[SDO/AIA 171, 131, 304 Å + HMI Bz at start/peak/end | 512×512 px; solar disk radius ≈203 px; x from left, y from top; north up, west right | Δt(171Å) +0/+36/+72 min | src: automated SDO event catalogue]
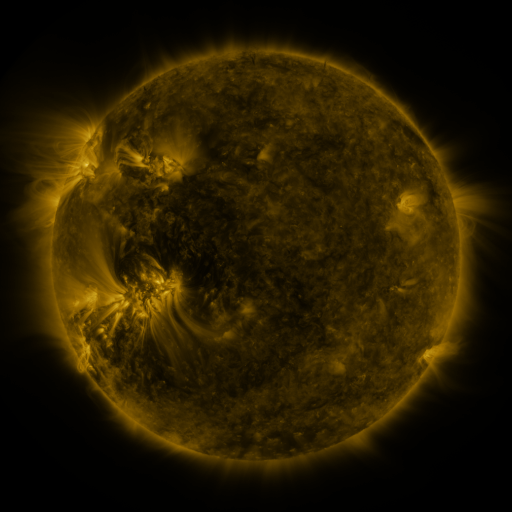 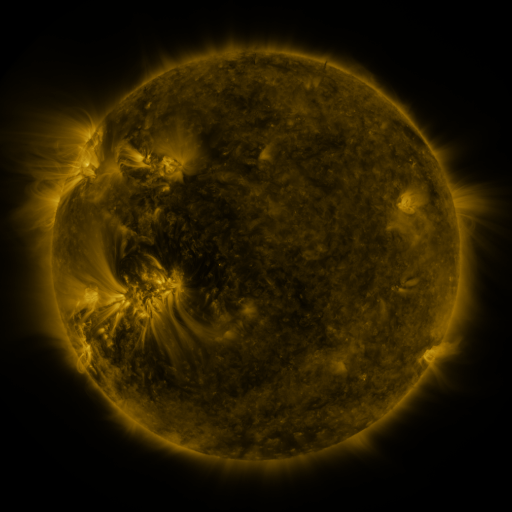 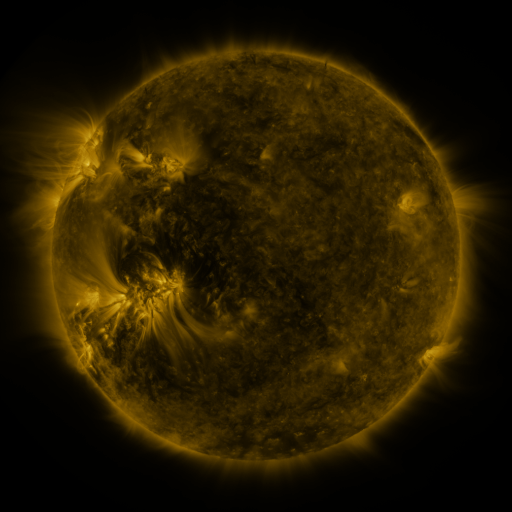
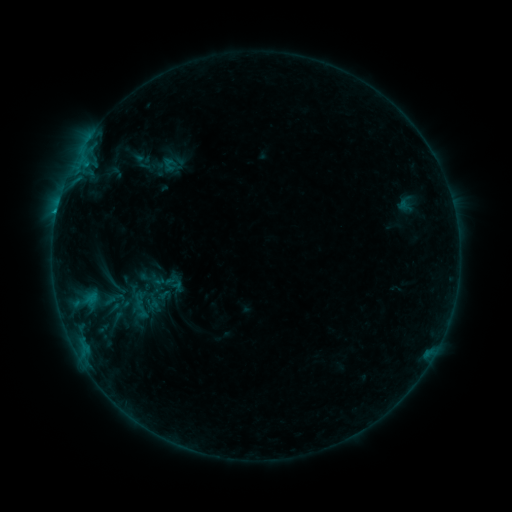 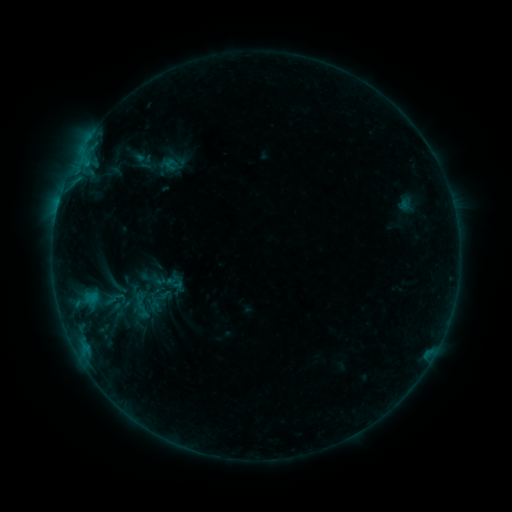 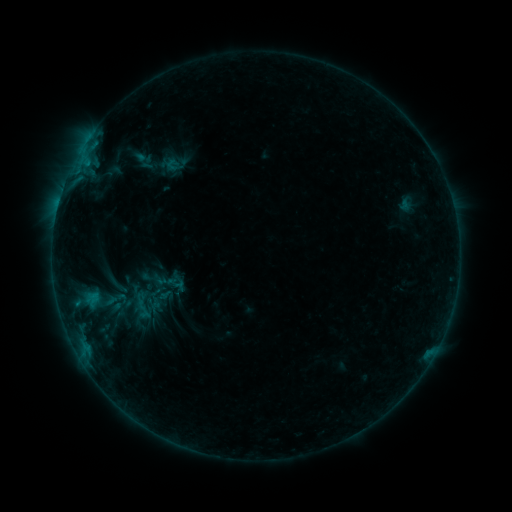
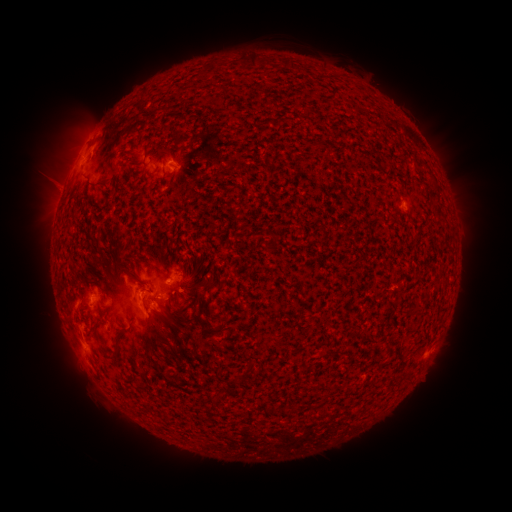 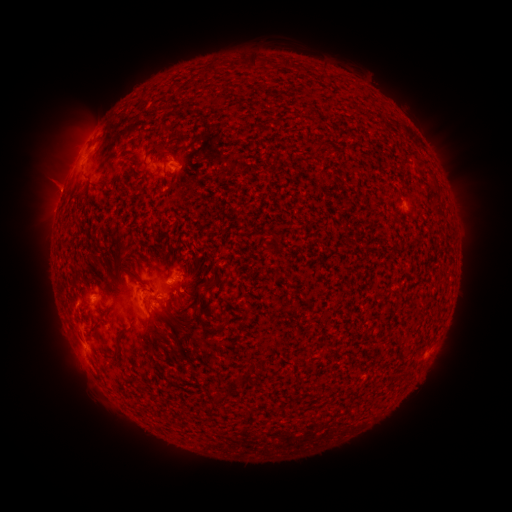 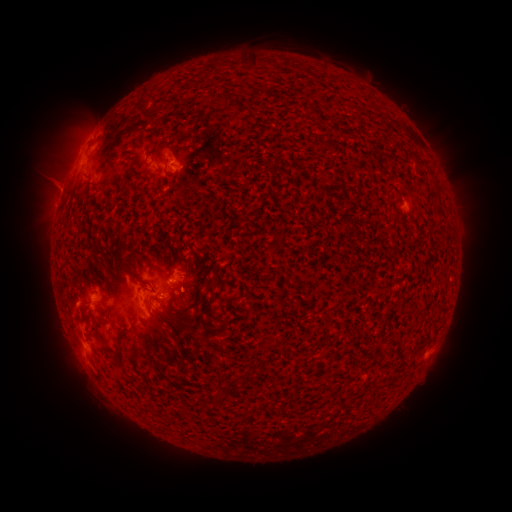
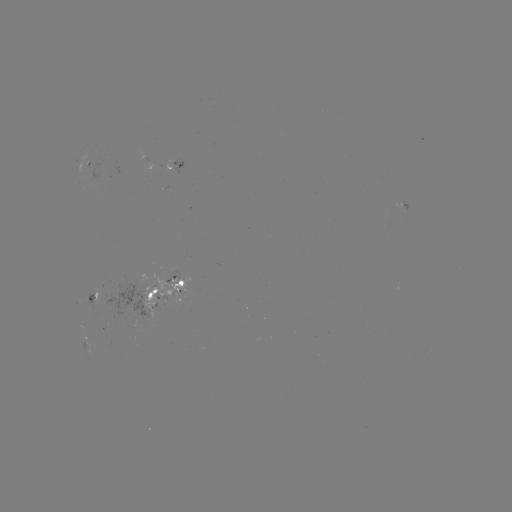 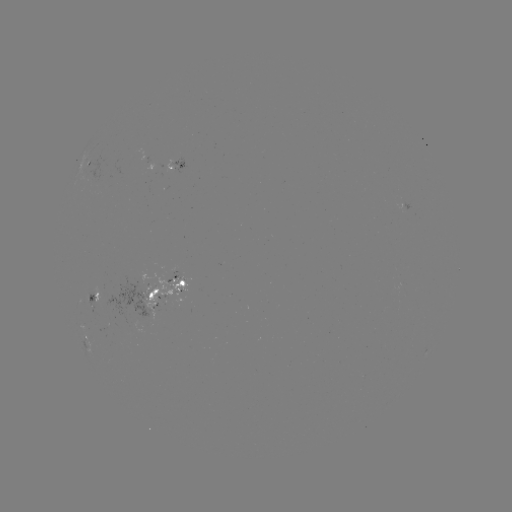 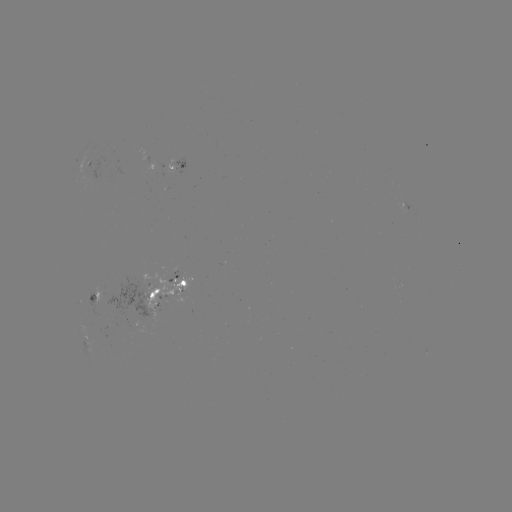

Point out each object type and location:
emerging-flux region: (133, 295)
